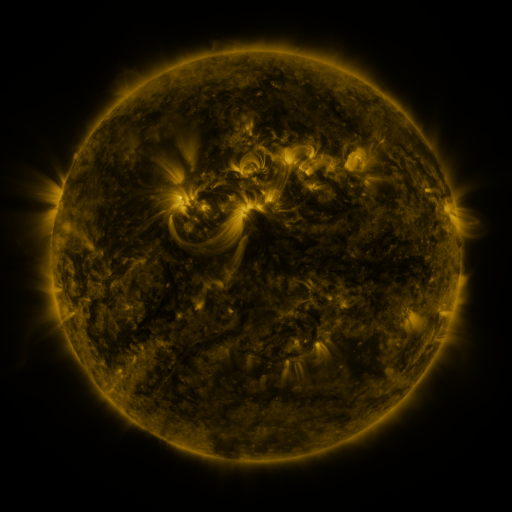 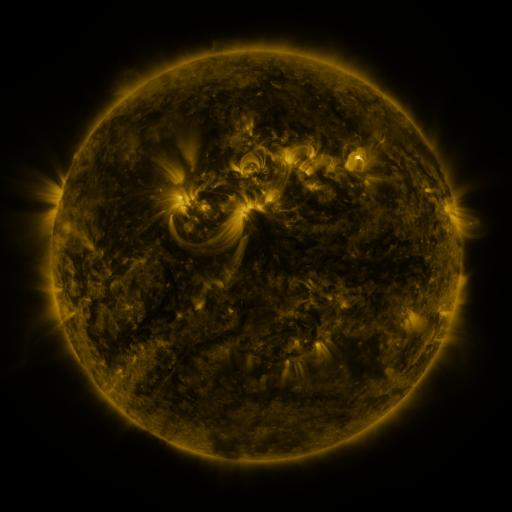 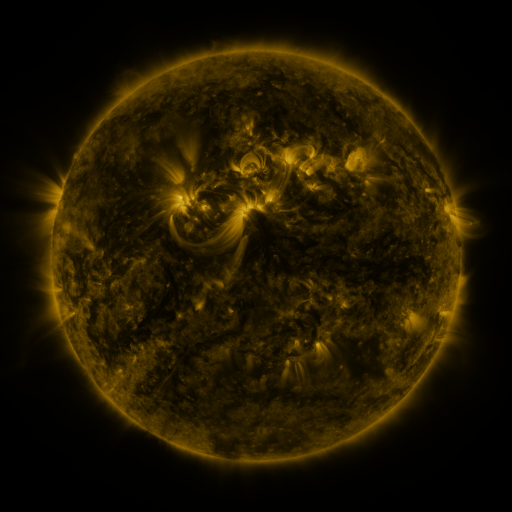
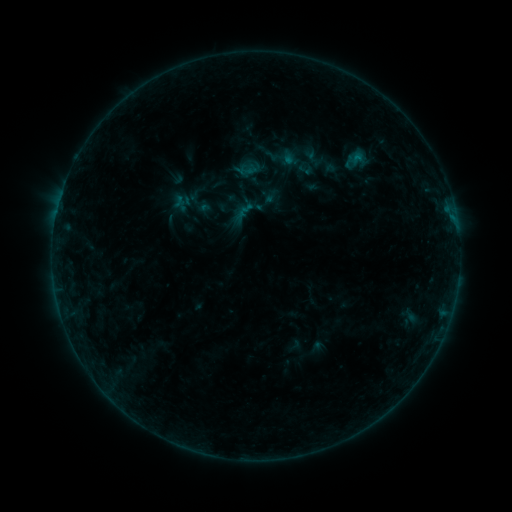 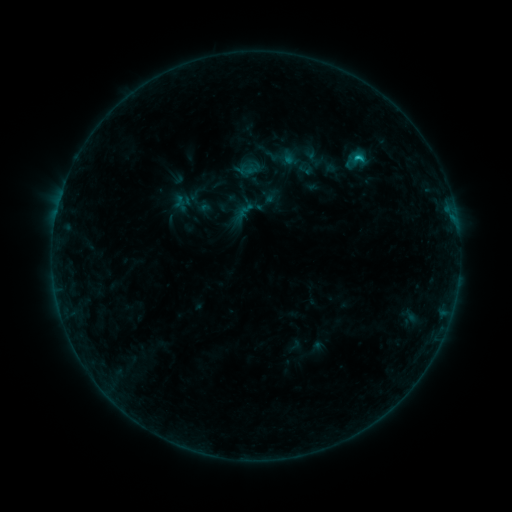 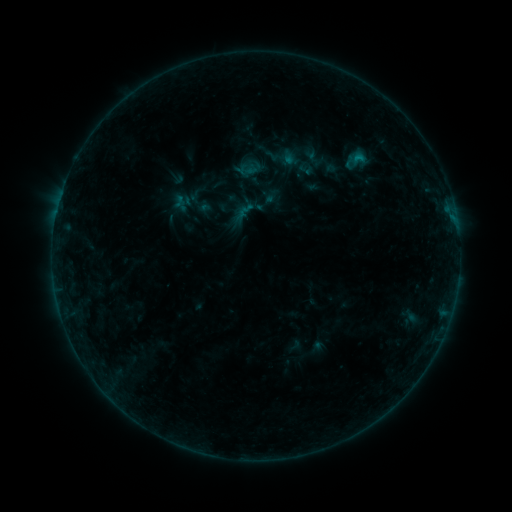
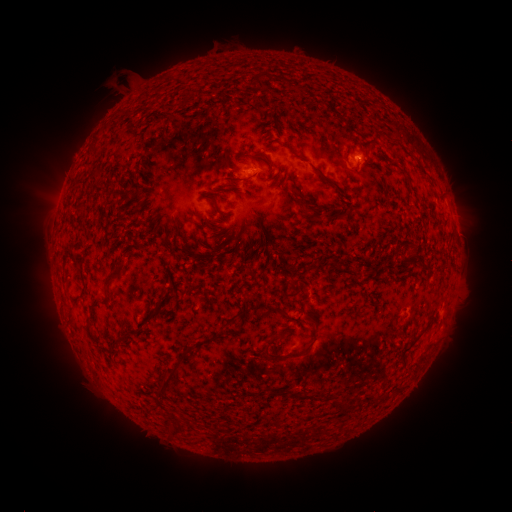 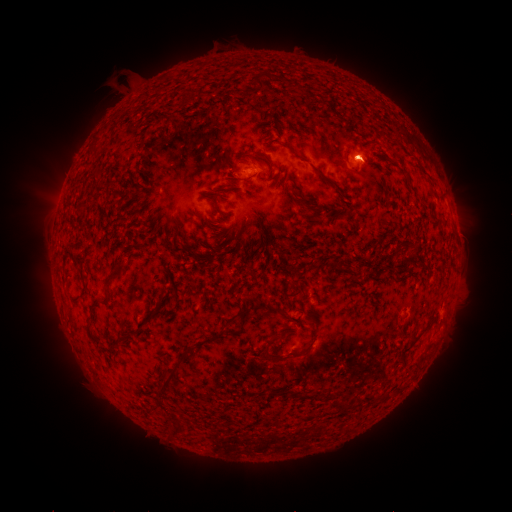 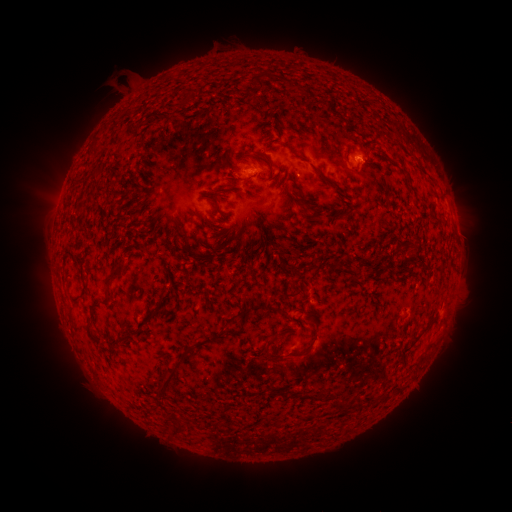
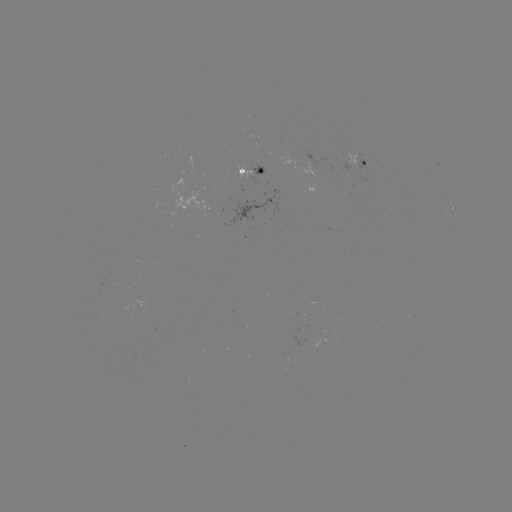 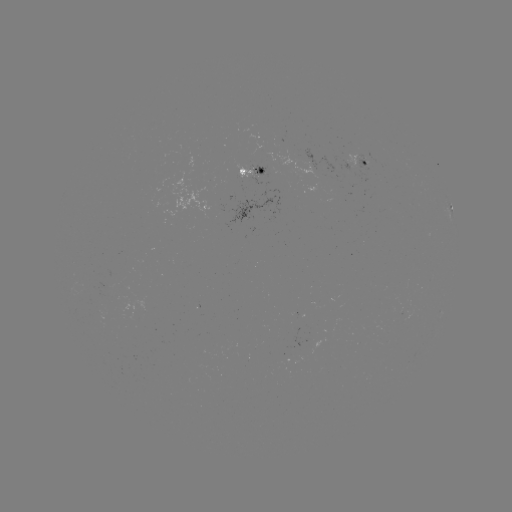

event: flare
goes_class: B5.5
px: (355, 158)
